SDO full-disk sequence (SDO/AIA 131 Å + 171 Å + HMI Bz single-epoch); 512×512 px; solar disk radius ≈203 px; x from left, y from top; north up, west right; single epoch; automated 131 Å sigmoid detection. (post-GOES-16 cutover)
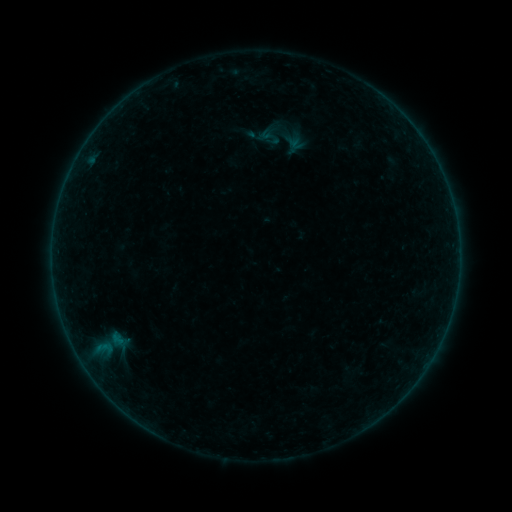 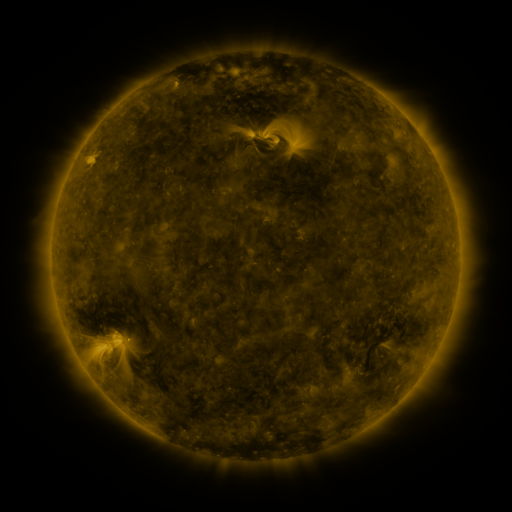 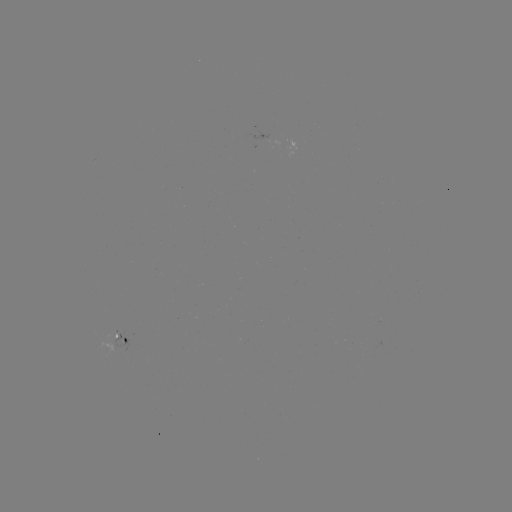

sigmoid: [278, 131, 302, 149]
